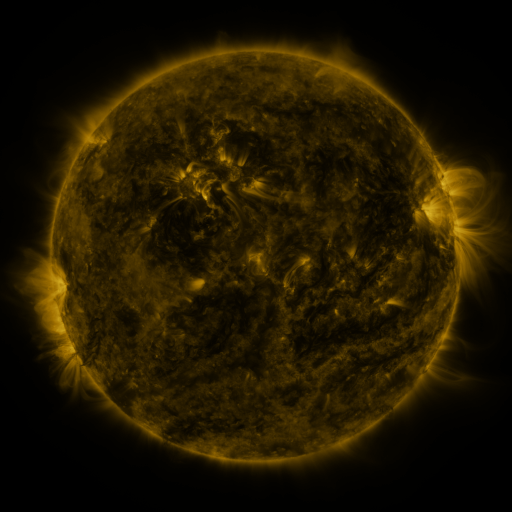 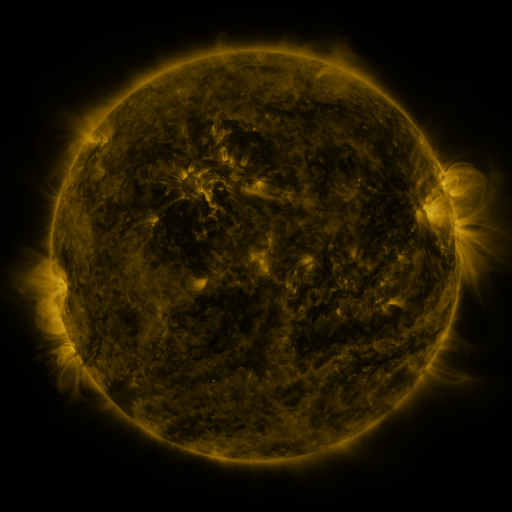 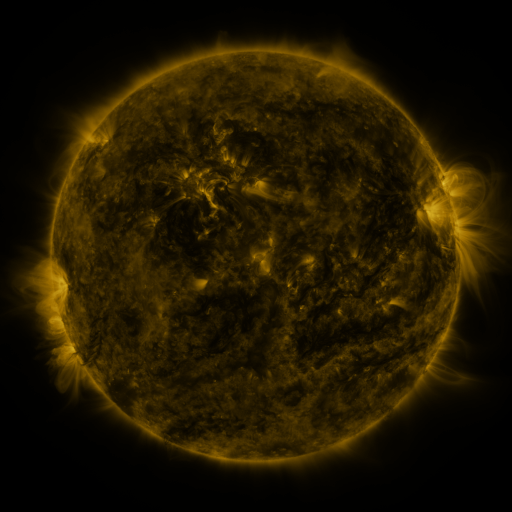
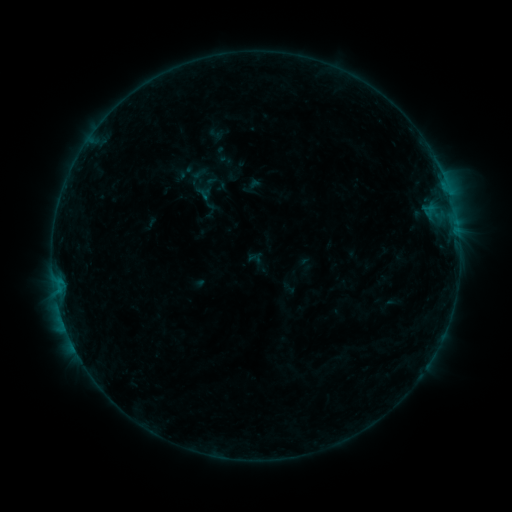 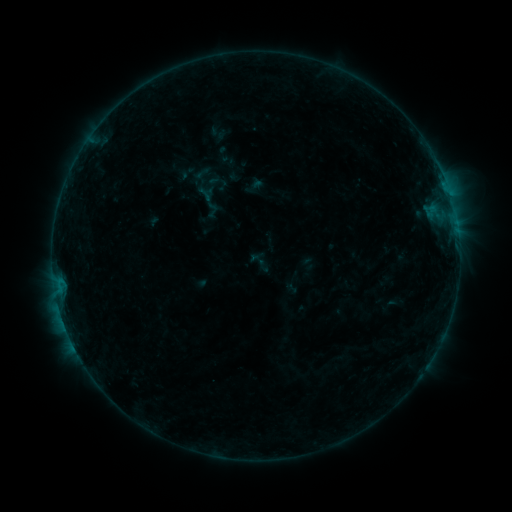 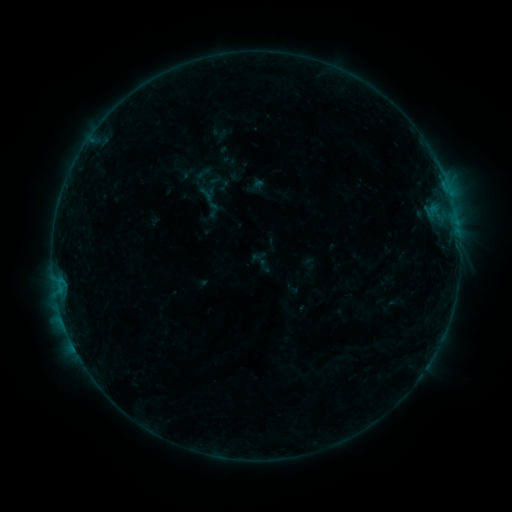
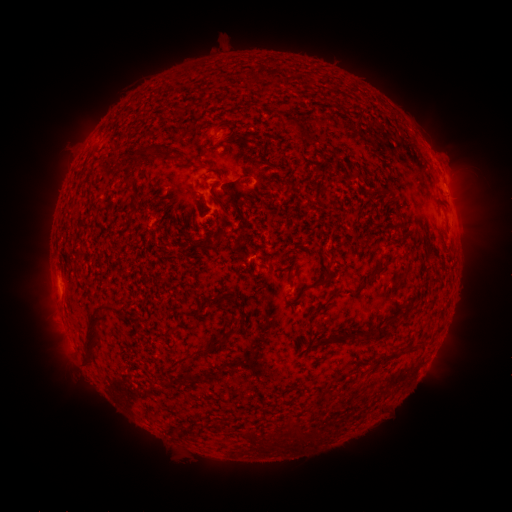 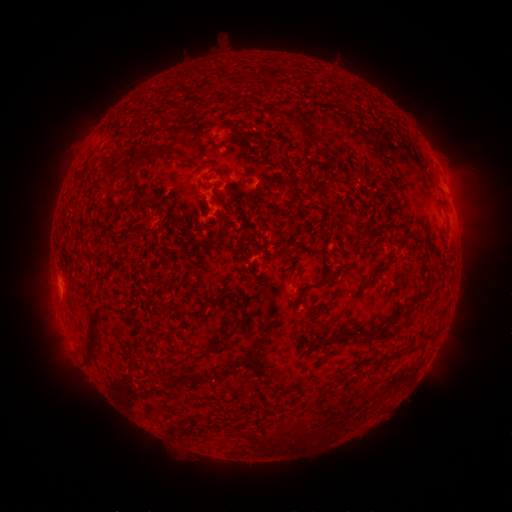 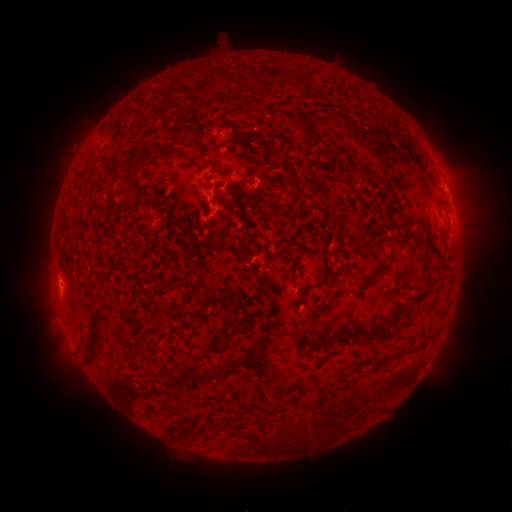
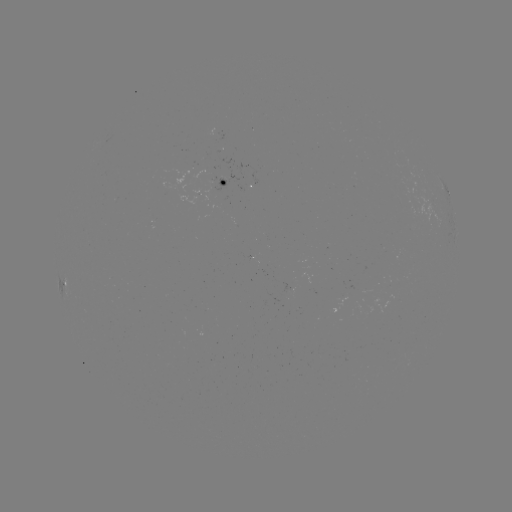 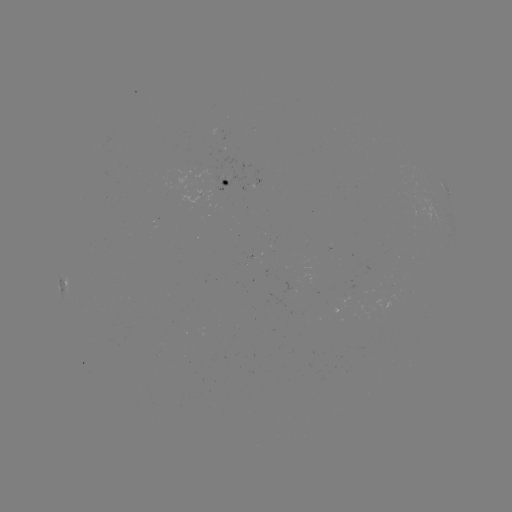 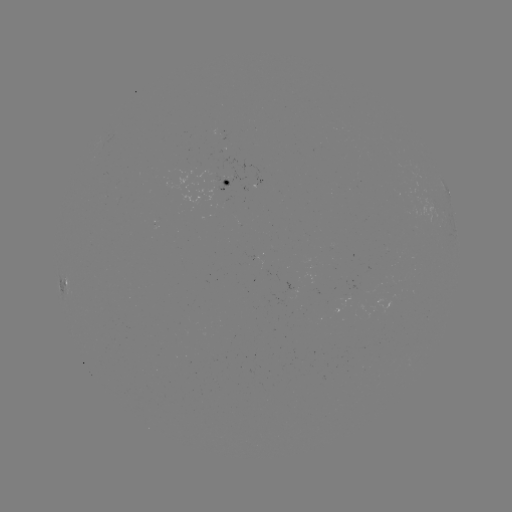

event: emerging-flux region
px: (225, 181)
